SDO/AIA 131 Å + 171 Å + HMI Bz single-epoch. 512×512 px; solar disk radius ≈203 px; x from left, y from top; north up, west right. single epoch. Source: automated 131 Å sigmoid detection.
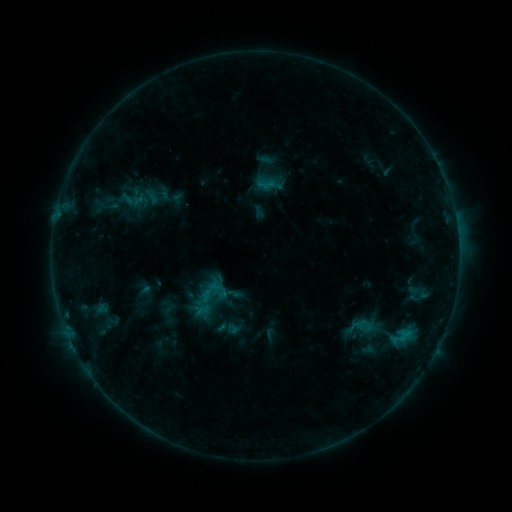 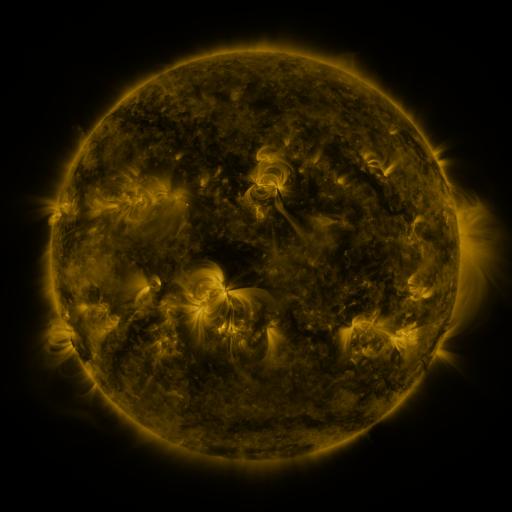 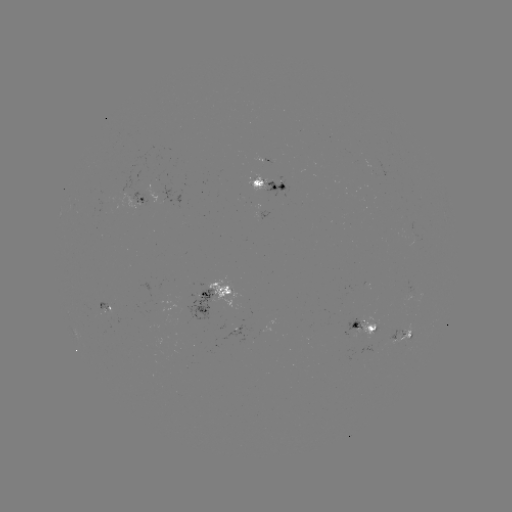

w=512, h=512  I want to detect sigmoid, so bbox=[256, 174, 276, 193].